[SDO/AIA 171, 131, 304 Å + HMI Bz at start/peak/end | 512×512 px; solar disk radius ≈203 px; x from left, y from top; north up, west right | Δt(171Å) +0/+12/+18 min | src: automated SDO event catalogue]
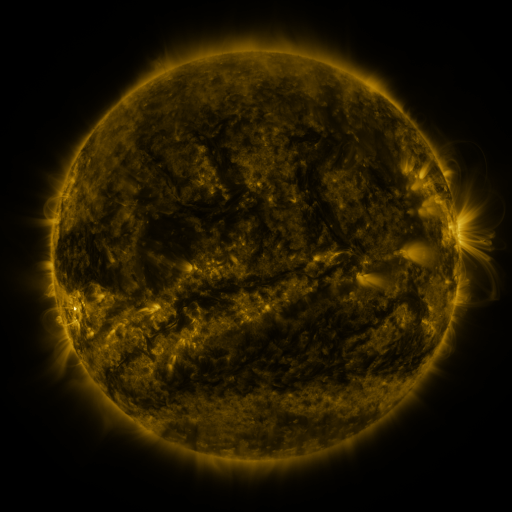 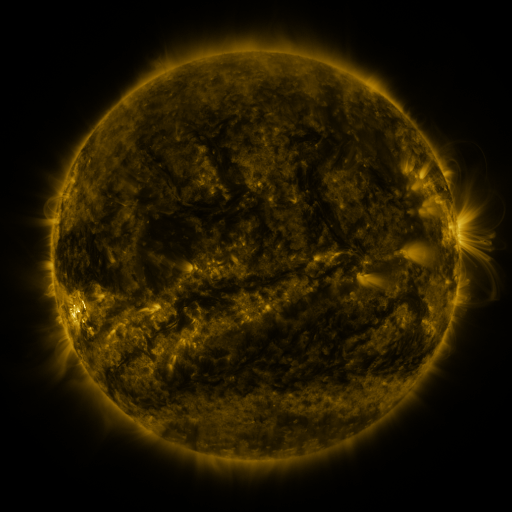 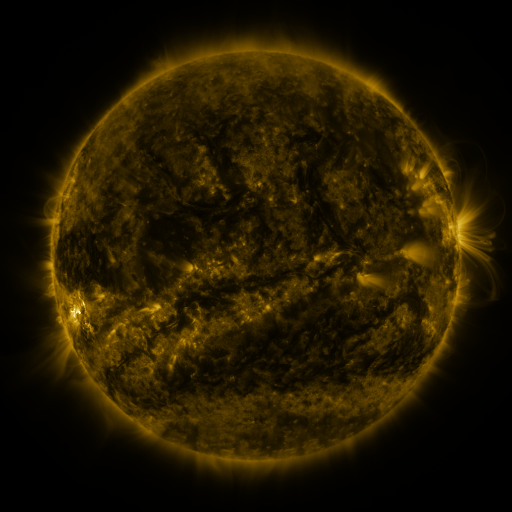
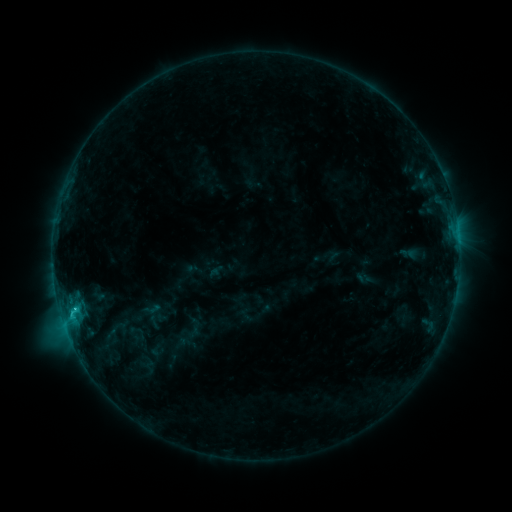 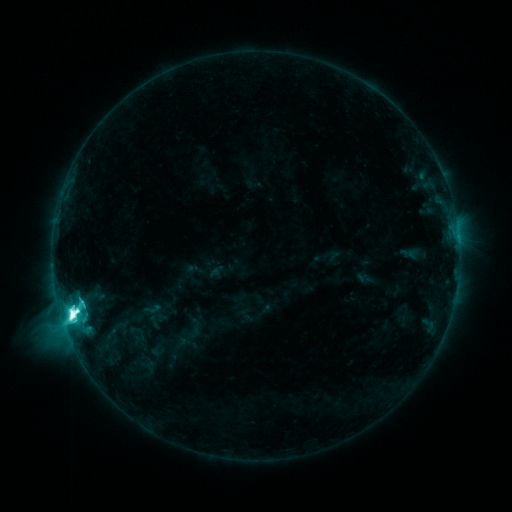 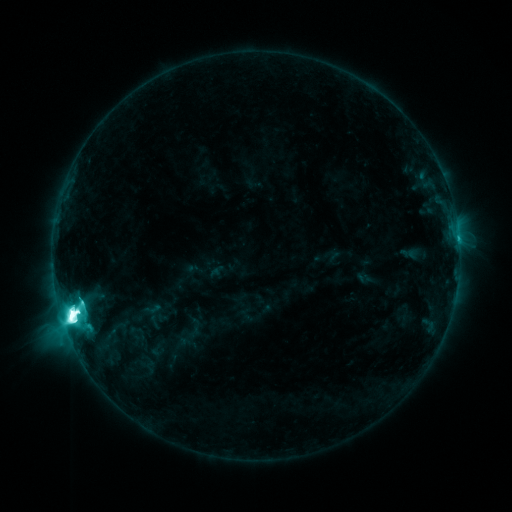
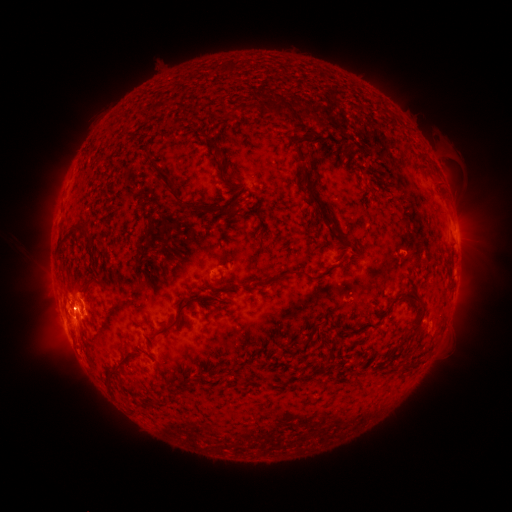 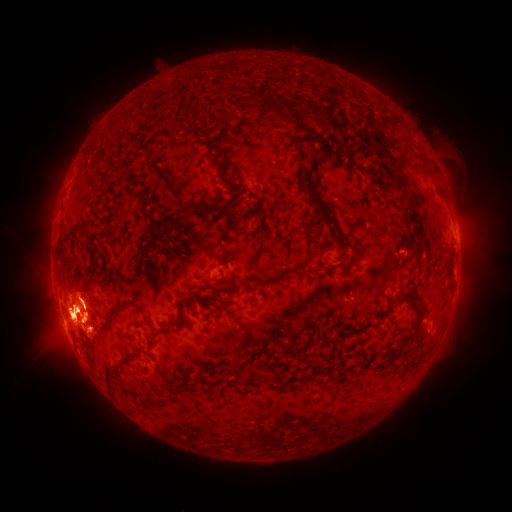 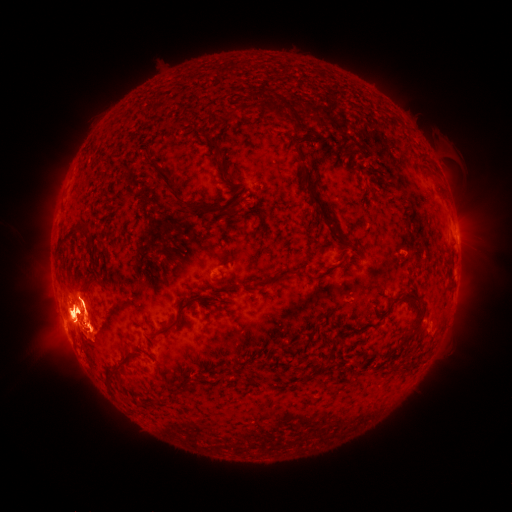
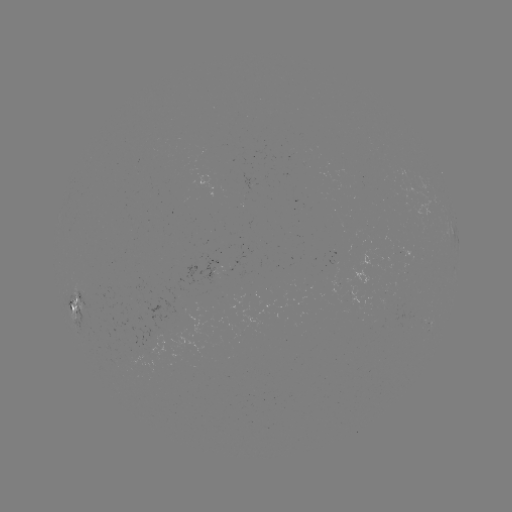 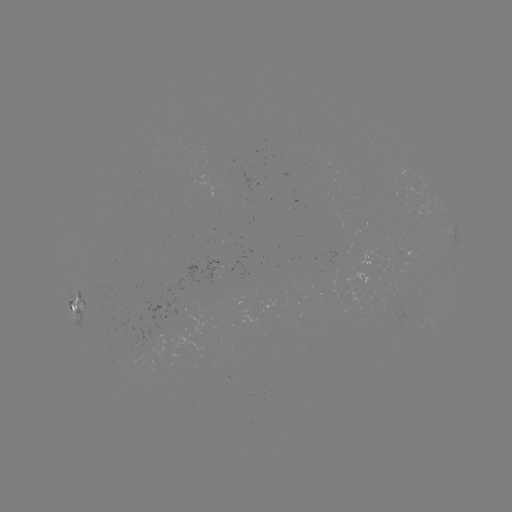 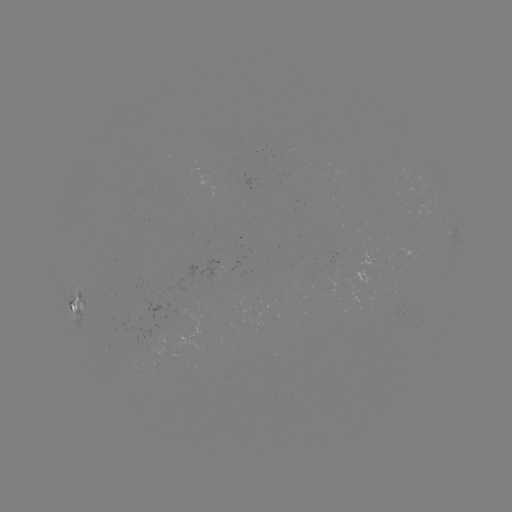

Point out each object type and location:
eruption: (76, 315)
